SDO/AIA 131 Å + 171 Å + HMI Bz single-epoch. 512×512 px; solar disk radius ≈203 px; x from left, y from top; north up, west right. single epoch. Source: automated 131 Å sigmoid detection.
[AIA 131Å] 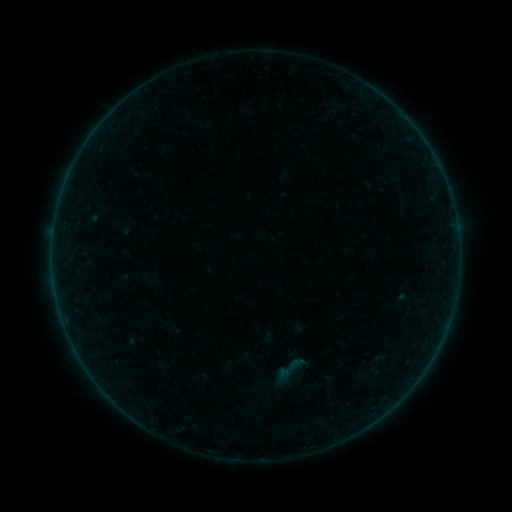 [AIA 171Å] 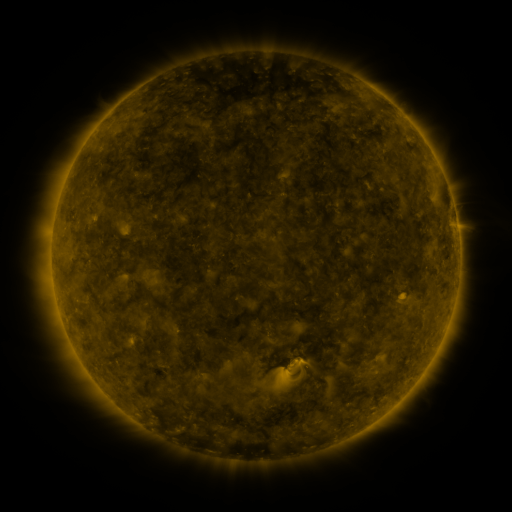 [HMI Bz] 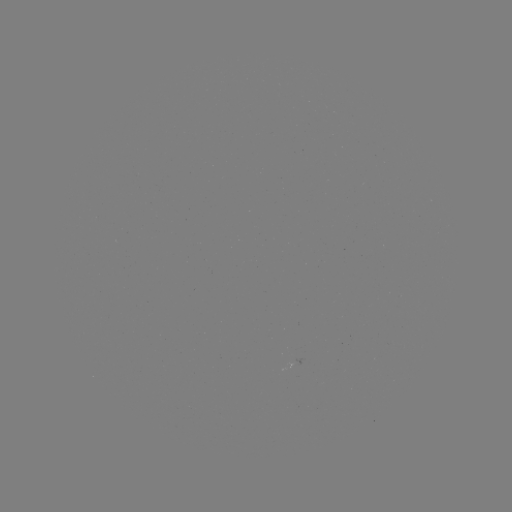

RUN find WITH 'sigmoid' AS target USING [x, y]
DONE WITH [289, 370] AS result